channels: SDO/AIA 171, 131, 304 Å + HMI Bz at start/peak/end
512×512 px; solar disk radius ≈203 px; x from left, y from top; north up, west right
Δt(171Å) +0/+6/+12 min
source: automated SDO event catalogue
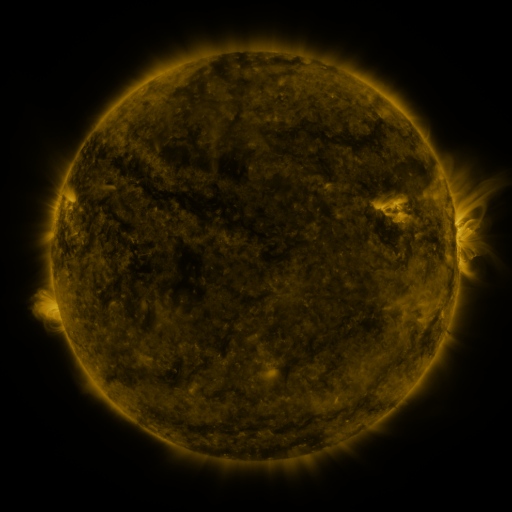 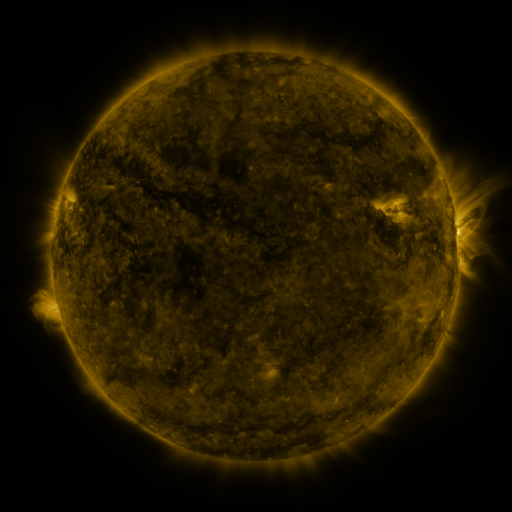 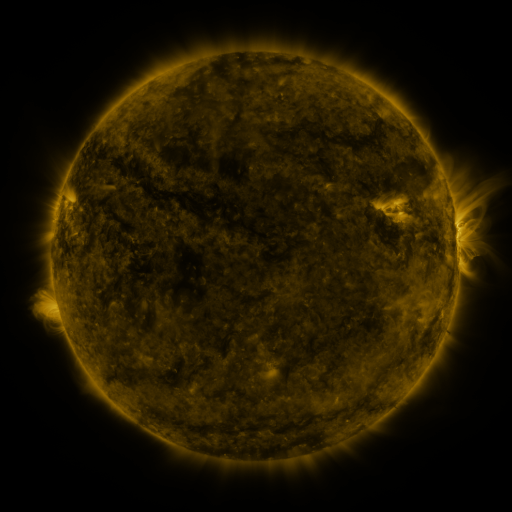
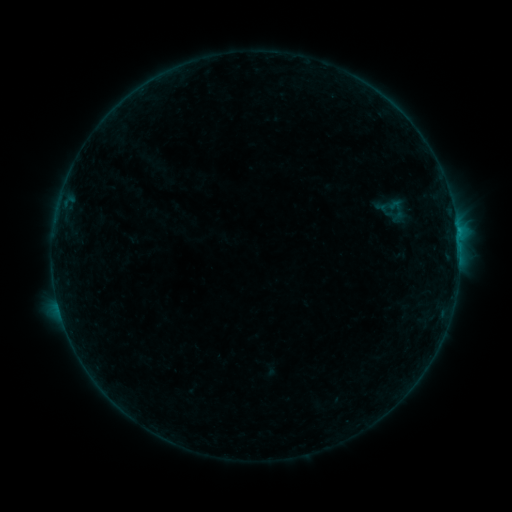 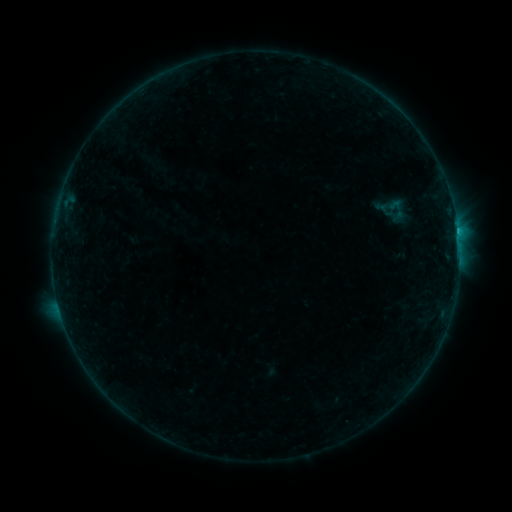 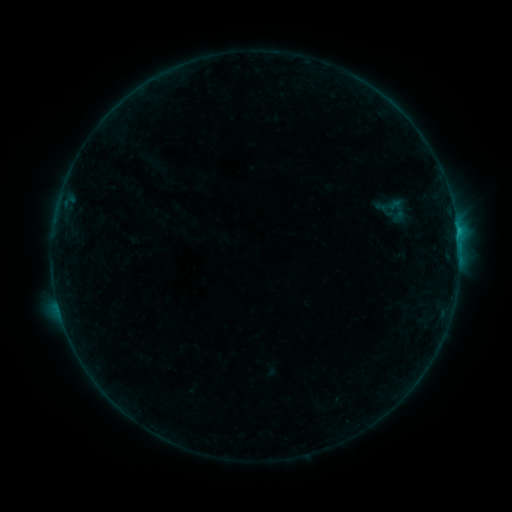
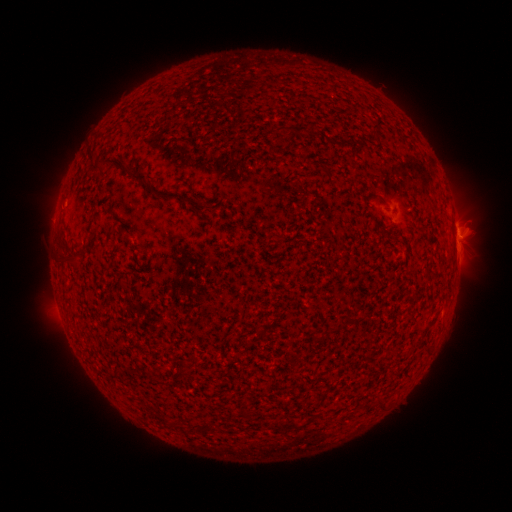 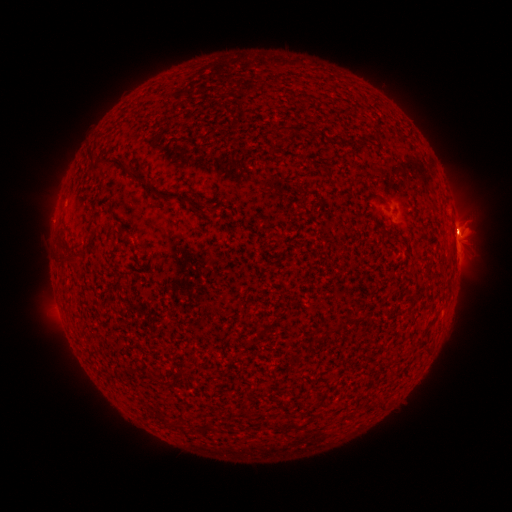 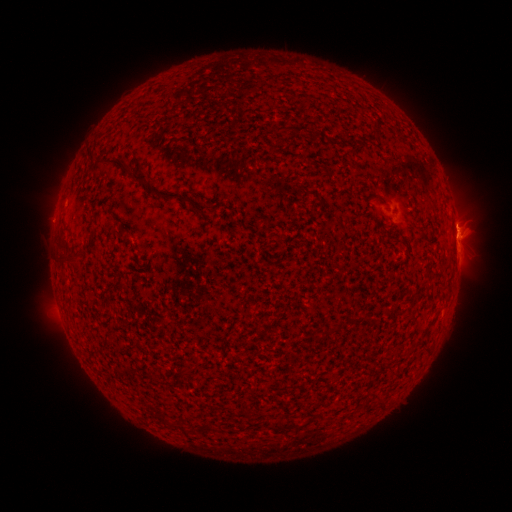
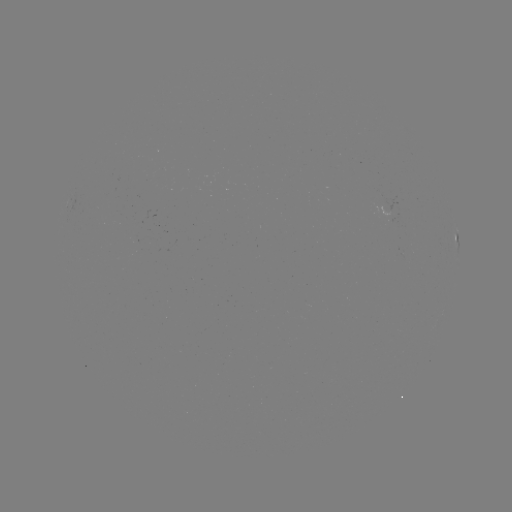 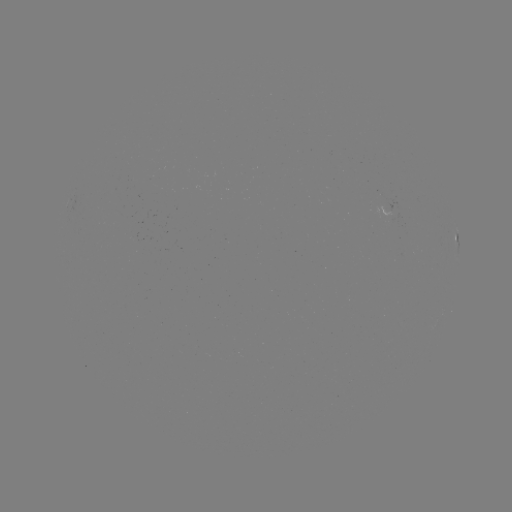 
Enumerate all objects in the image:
C1.0 flare: (458, 235)
